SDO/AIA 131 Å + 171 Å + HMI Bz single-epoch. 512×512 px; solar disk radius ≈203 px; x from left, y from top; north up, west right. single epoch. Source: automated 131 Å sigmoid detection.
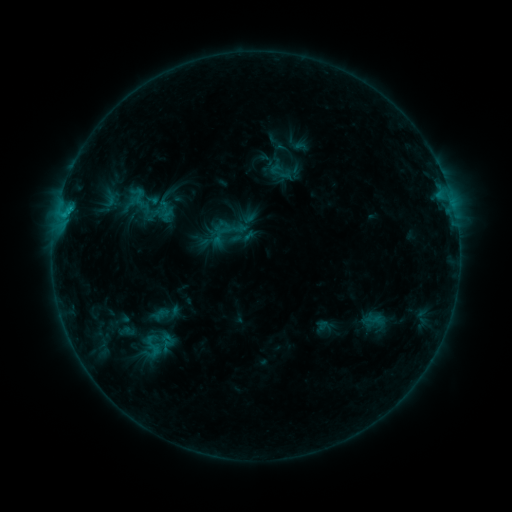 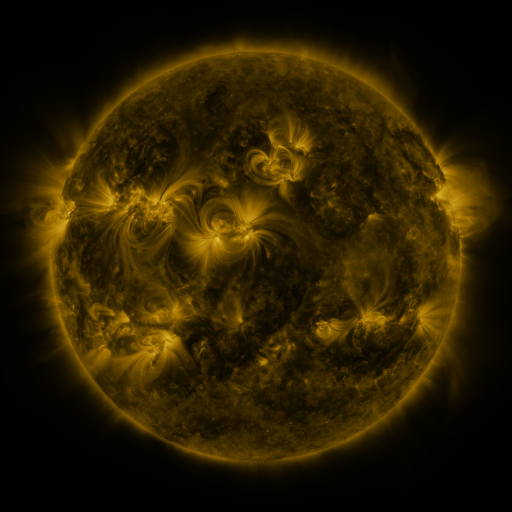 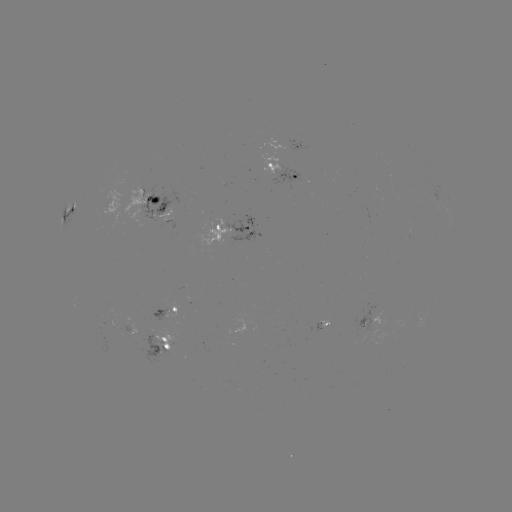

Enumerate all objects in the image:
sigmoid: (139, 198)
